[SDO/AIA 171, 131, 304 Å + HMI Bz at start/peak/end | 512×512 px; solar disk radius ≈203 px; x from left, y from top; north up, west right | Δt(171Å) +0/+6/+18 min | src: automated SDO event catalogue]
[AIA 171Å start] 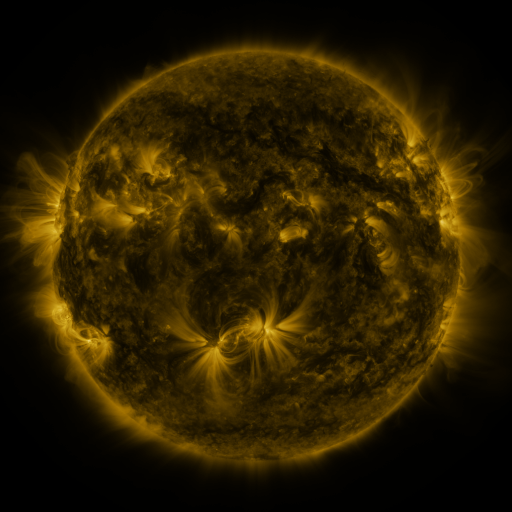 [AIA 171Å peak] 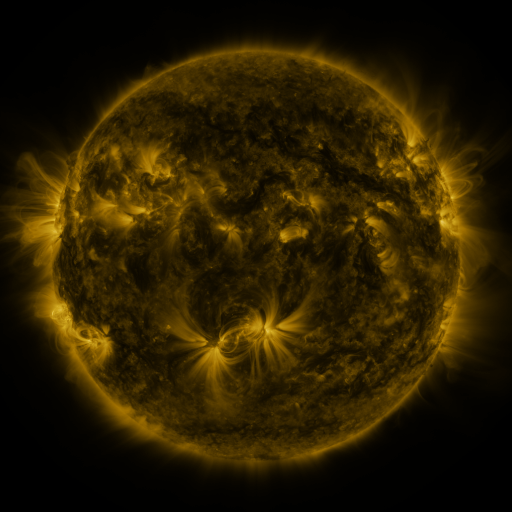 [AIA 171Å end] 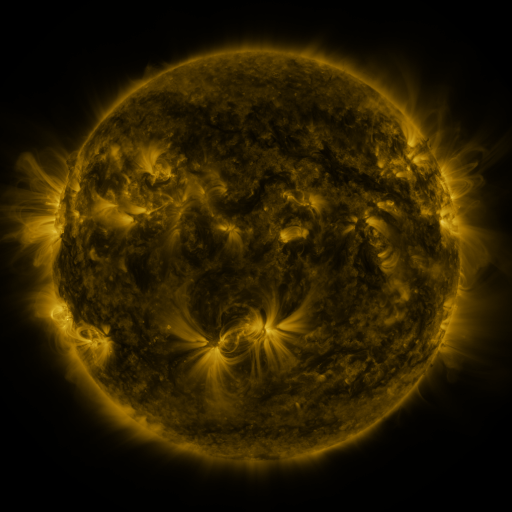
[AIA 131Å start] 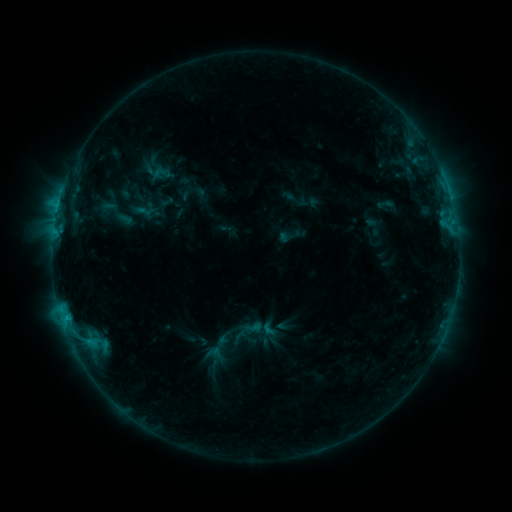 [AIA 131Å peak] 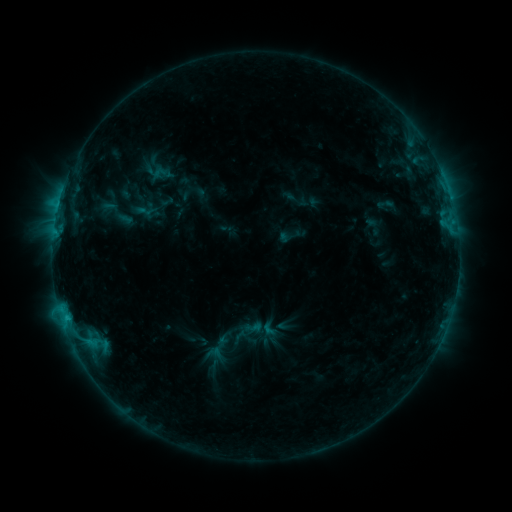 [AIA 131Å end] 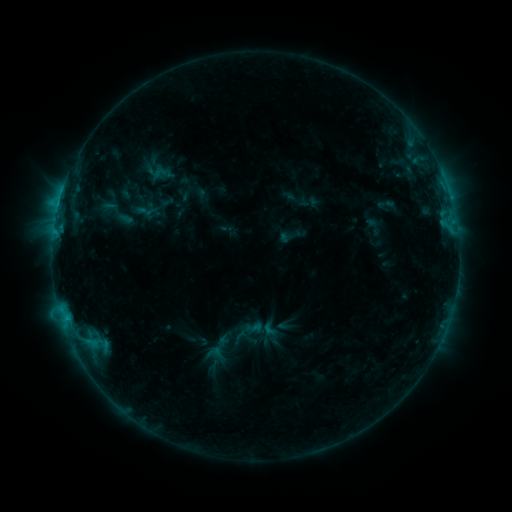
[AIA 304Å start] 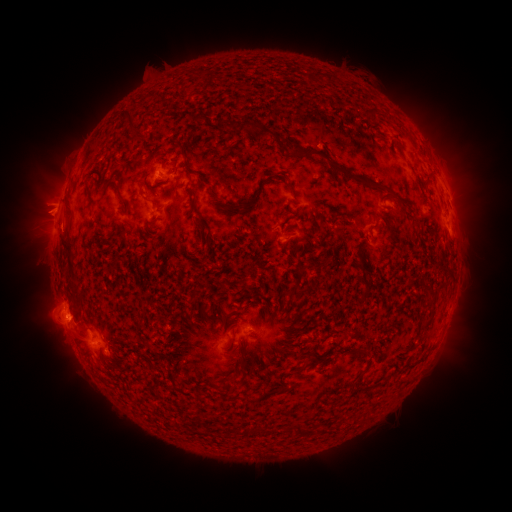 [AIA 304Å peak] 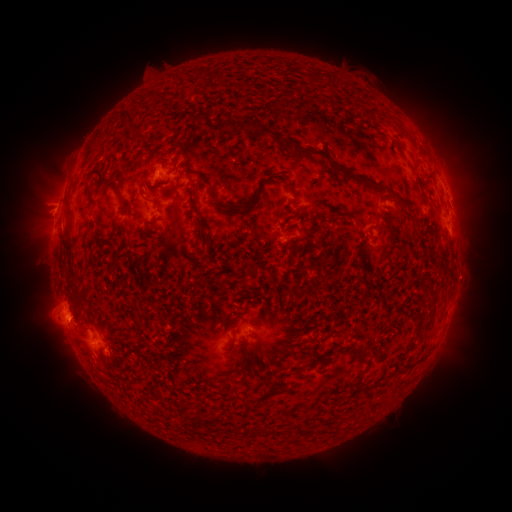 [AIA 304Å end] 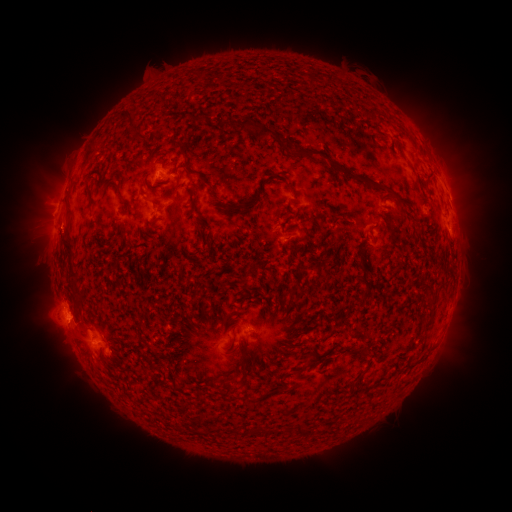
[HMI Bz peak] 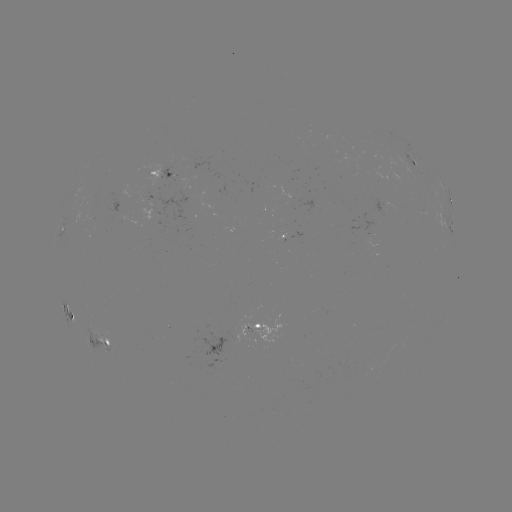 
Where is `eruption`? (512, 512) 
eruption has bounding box [9, 142, 81, 260].